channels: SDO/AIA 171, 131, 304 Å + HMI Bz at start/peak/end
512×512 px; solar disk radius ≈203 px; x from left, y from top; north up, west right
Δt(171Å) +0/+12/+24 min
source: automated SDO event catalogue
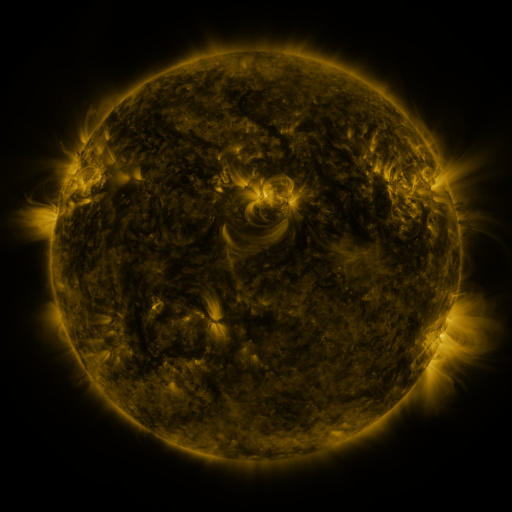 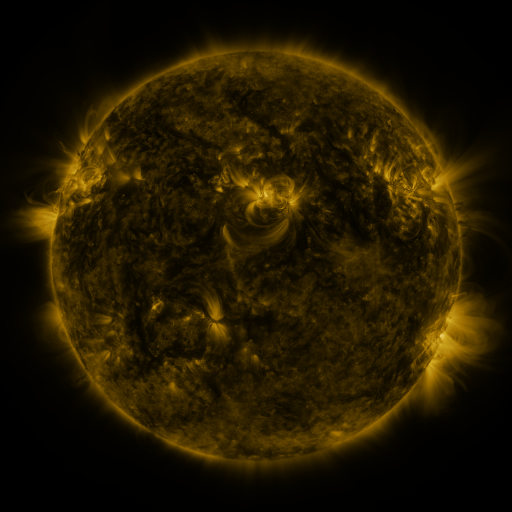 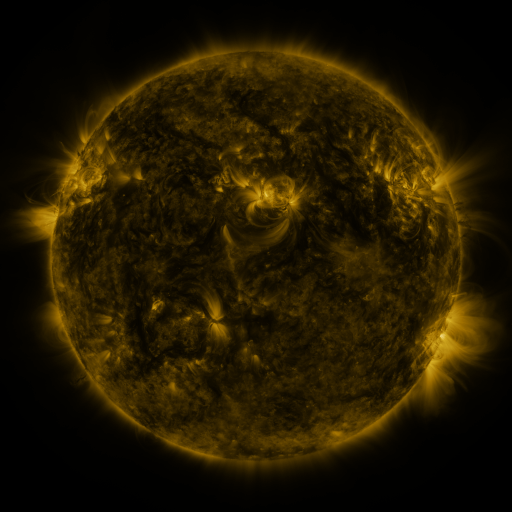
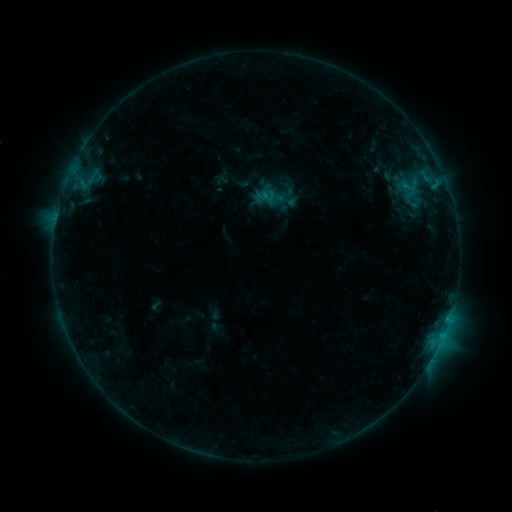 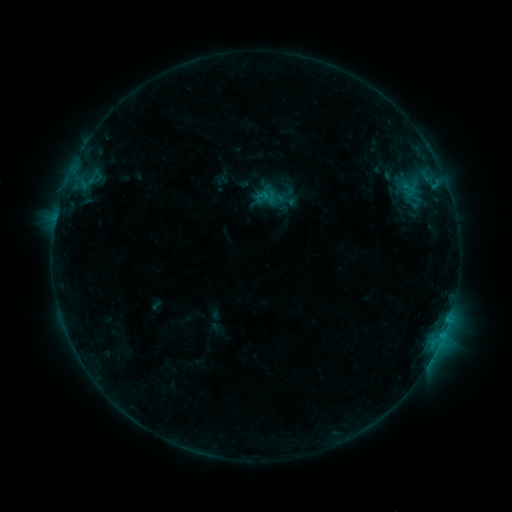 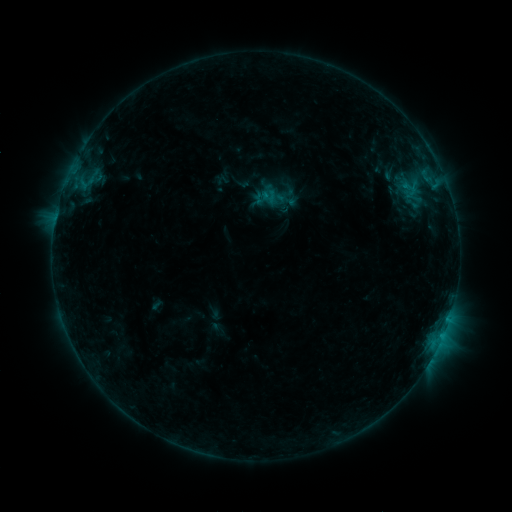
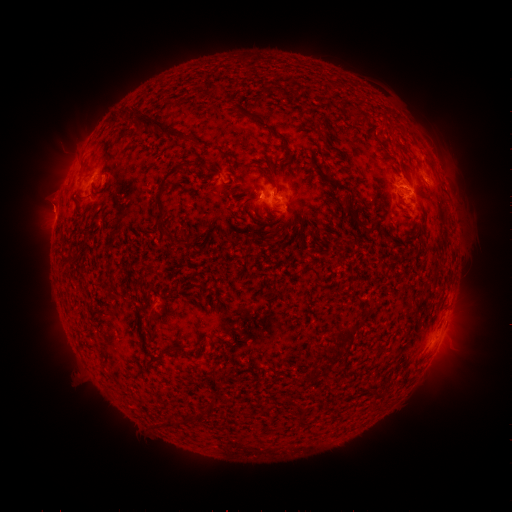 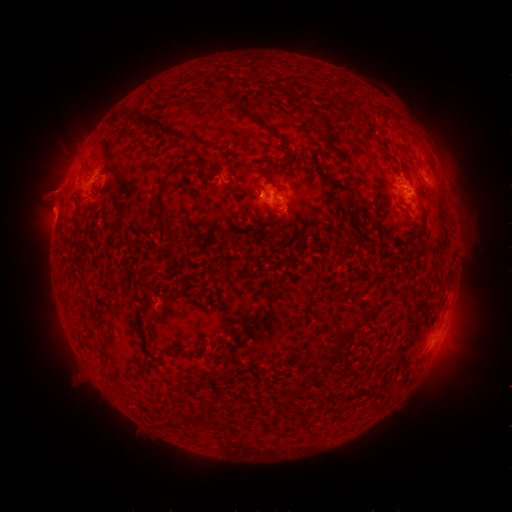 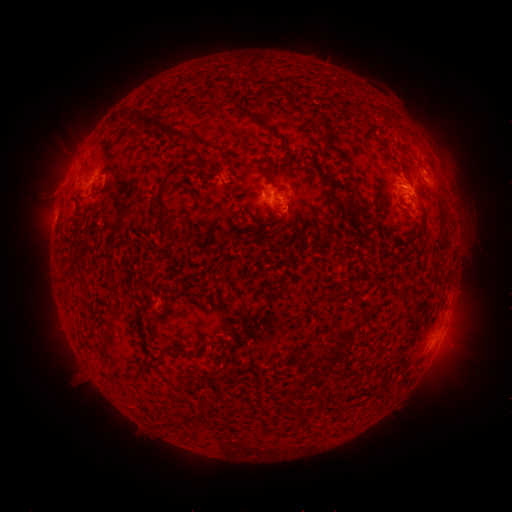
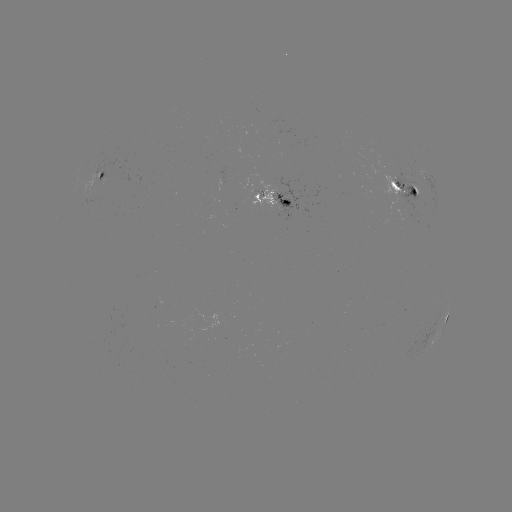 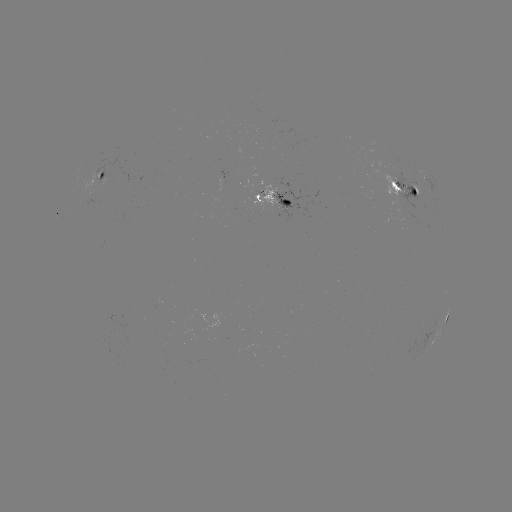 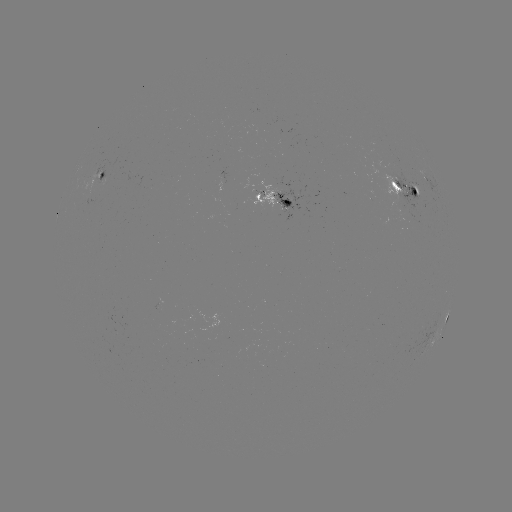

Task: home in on eruption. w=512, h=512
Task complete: [51, 202].